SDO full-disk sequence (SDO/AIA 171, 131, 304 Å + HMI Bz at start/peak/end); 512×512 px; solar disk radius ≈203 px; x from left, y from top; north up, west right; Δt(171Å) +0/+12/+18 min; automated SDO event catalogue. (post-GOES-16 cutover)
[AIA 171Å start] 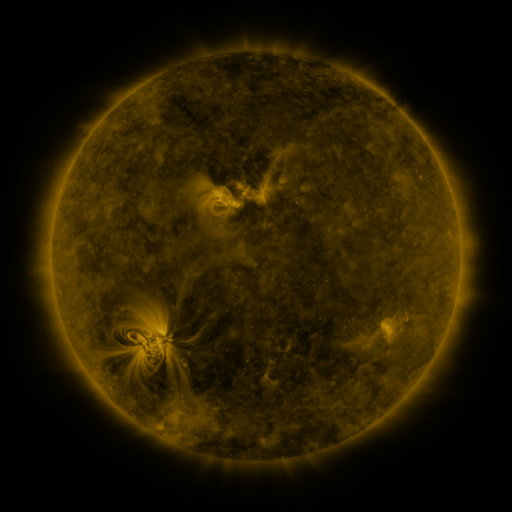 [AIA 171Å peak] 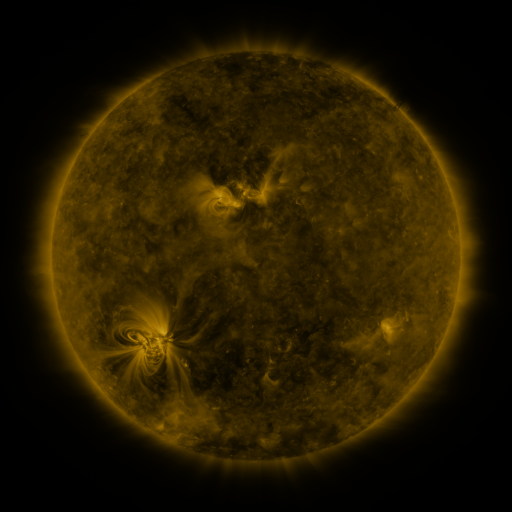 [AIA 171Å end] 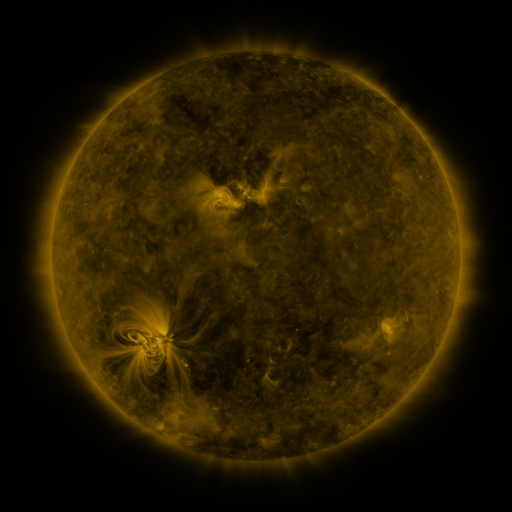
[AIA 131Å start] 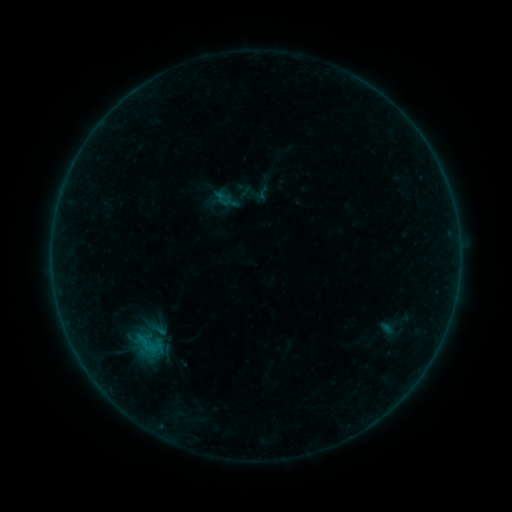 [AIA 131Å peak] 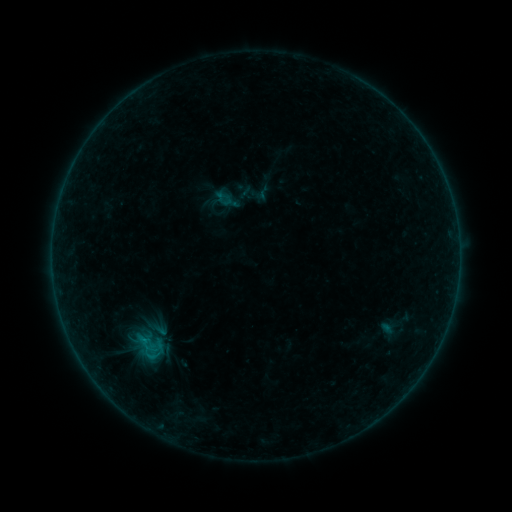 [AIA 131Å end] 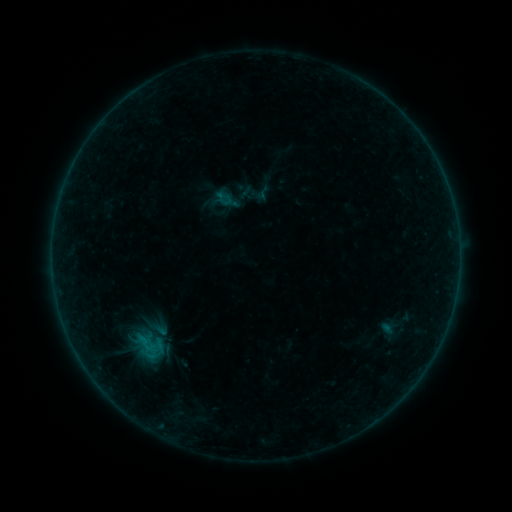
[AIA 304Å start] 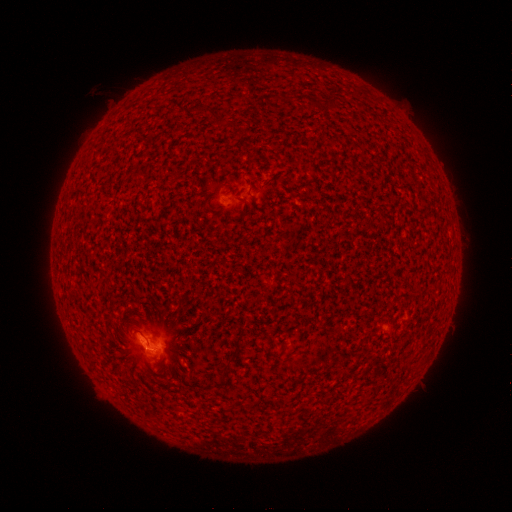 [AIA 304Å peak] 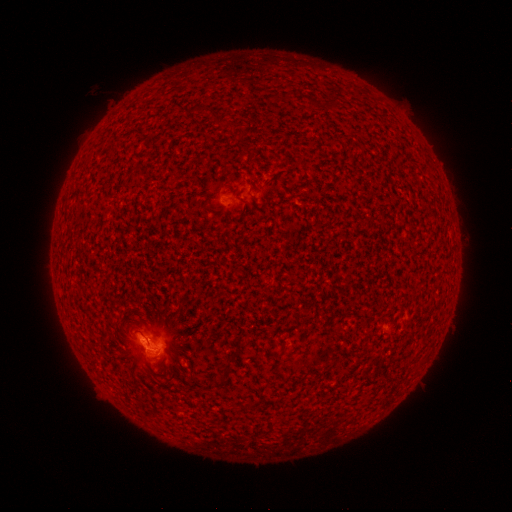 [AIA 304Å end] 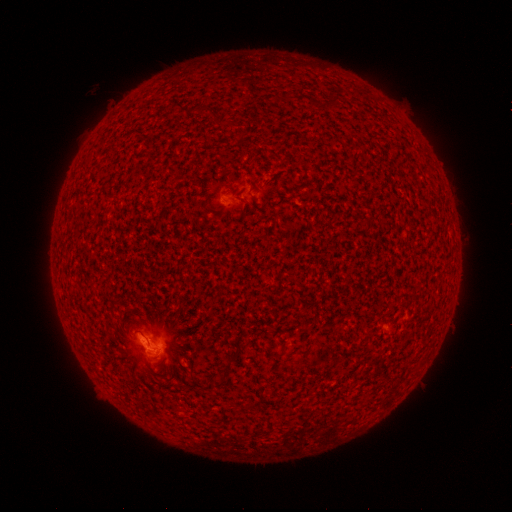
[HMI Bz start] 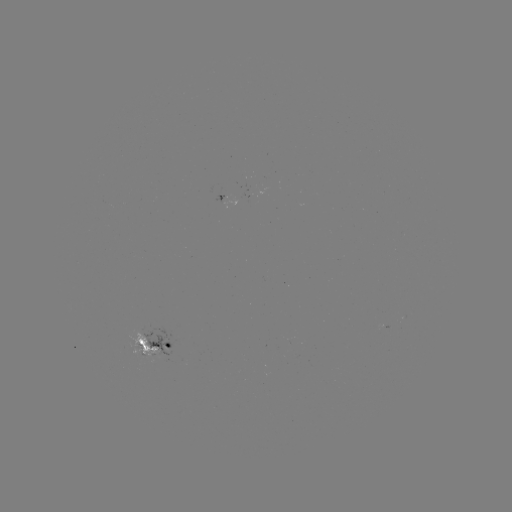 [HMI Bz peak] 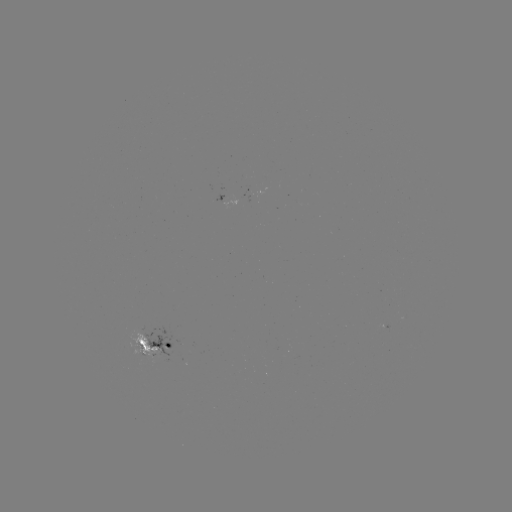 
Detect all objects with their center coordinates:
B4.5 flare: (146, 339)
